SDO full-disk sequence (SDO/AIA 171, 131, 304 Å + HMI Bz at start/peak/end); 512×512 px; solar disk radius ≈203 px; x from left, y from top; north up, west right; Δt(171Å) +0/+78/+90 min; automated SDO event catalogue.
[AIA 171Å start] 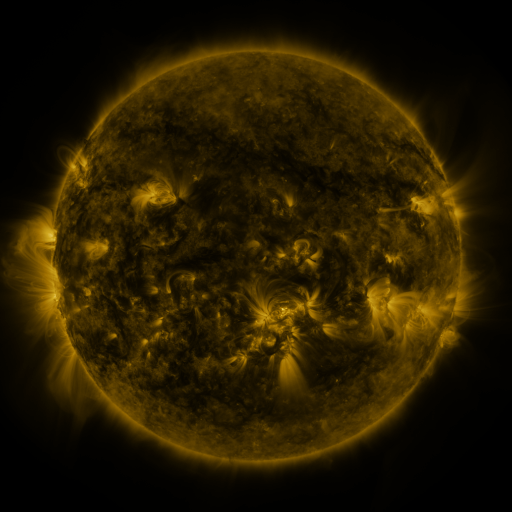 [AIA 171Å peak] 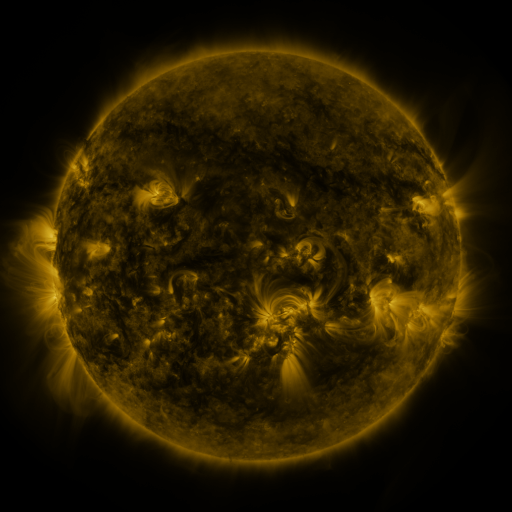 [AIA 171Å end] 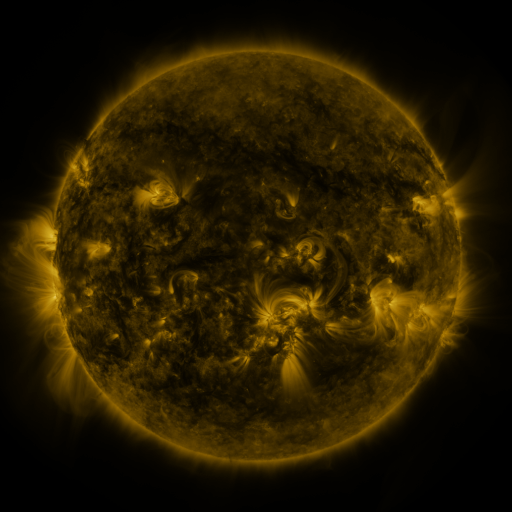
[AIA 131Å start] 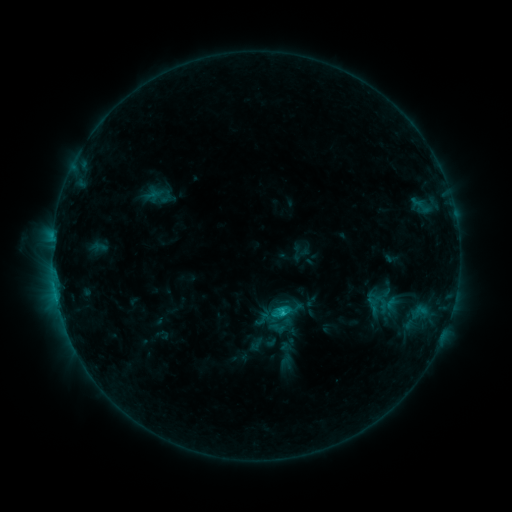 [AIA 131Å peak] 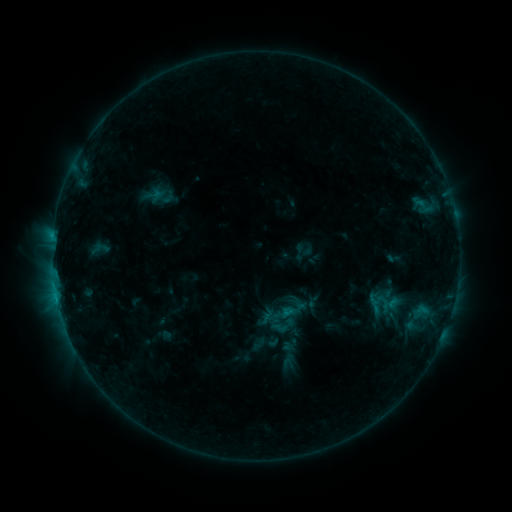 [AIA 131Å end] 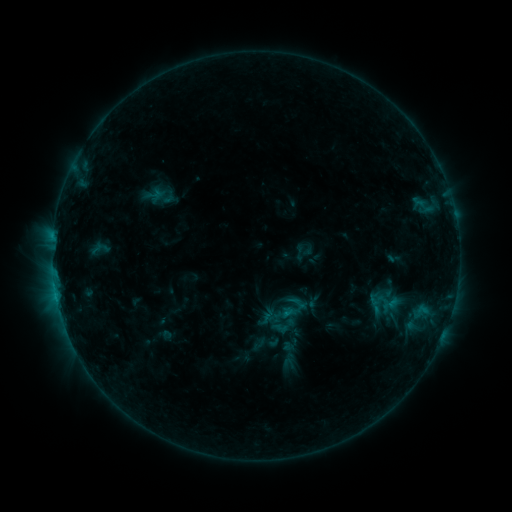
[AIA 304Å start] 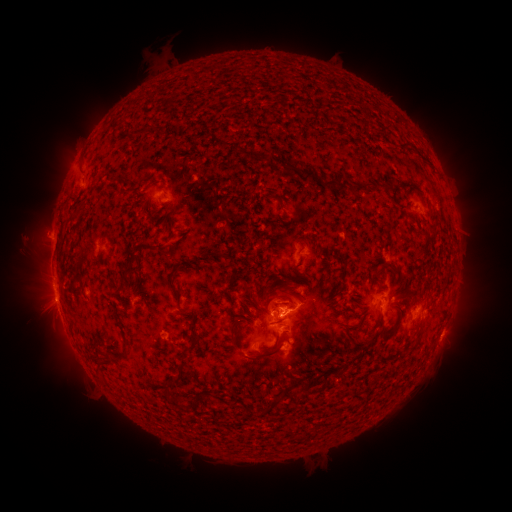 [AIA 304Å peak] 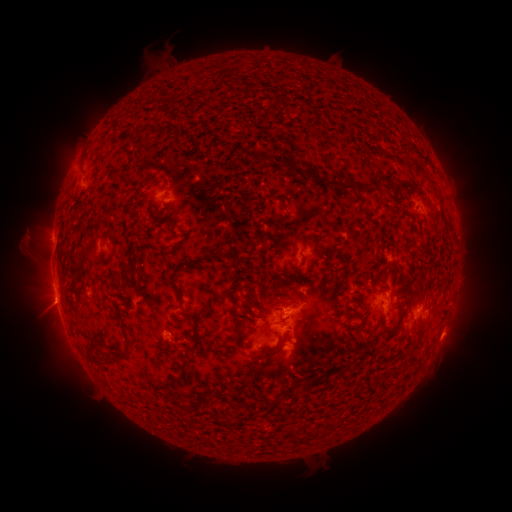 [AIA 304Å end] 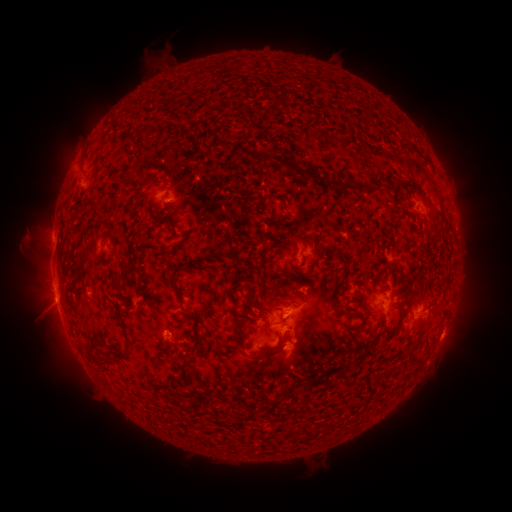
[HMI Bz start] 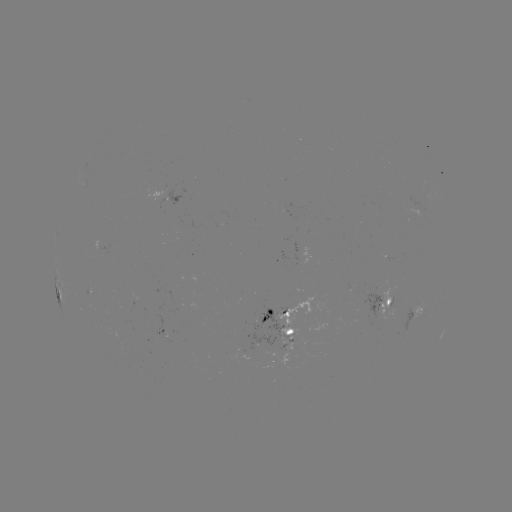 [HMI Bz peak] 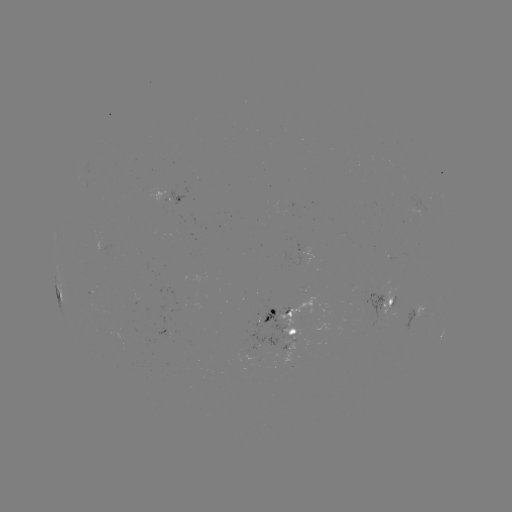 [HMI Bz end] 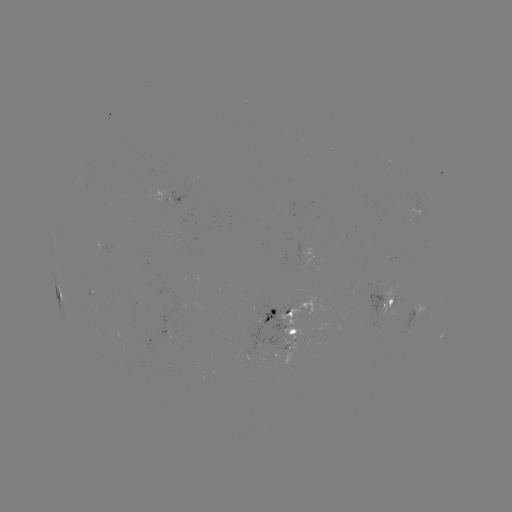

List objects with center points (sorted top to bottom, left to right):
emerging-flux region: (280, 355)
